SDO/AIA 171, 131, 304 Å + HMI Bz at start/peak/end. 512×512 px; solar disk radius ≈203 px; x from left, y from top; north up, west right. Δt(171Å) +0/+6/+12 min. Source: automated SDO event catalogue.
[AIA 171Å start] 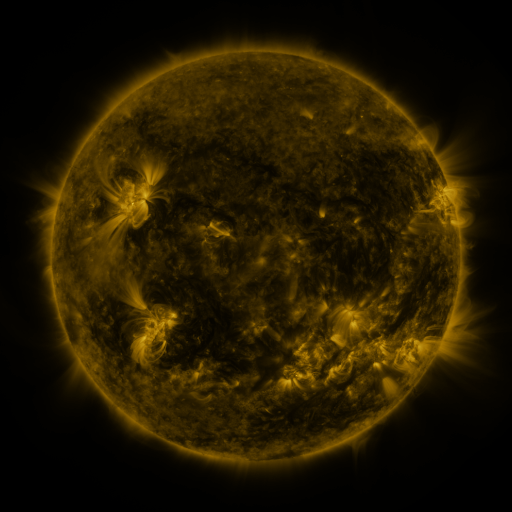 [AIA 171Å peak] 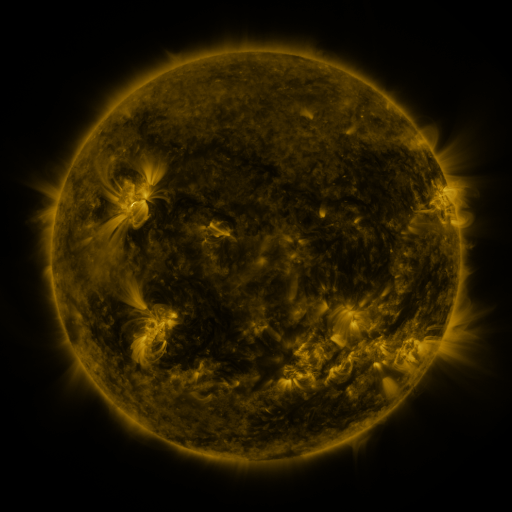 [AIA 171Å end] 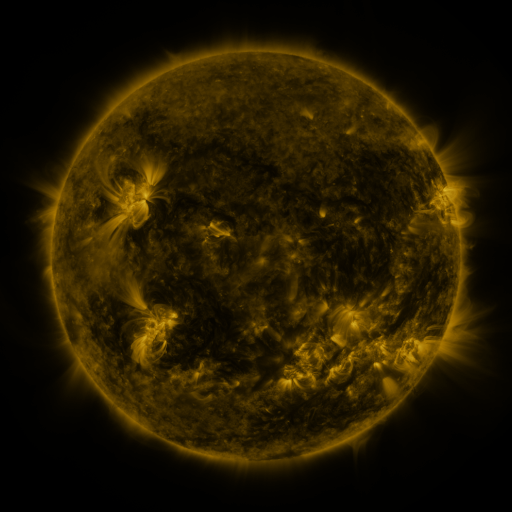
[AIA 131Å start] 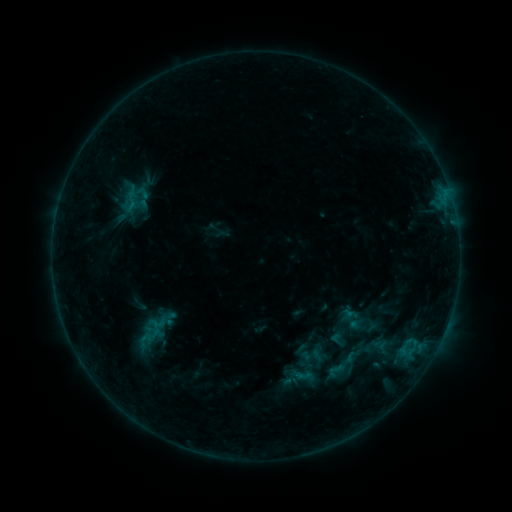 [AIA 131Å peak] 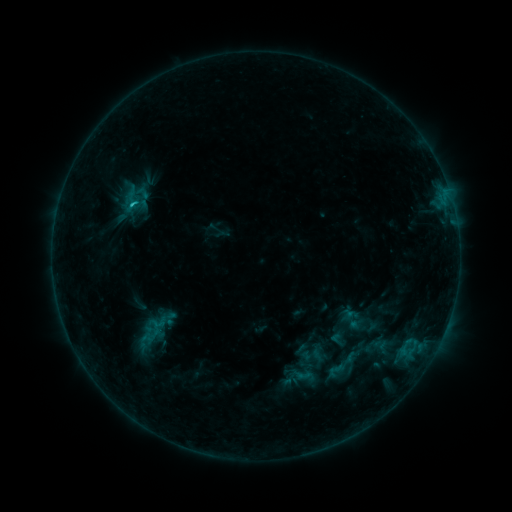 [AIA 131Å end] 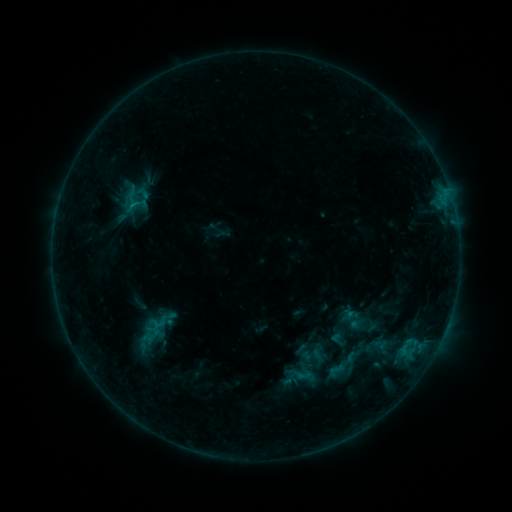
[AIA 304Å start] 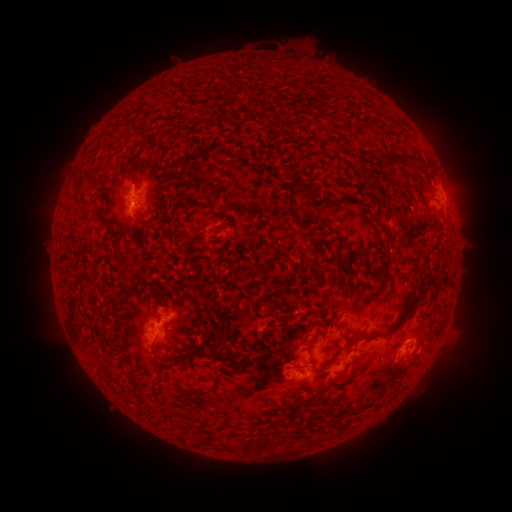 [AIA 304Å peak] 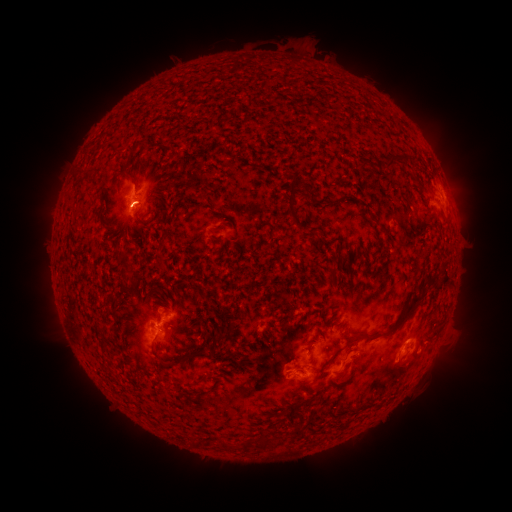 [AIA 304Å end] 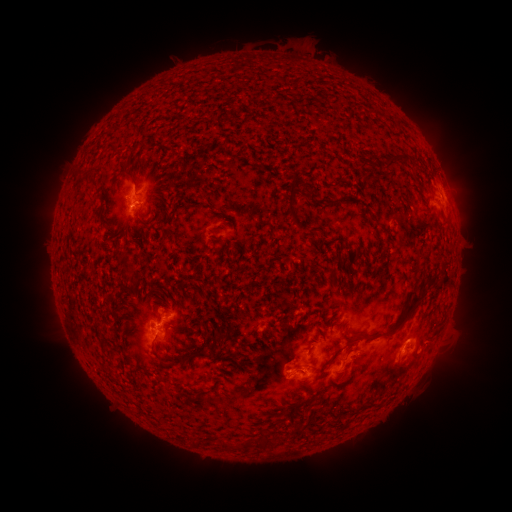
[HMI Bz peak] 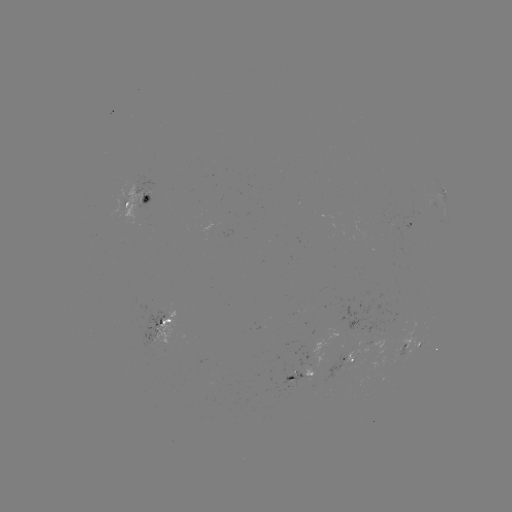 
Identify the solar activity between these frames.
B8.8 flare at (134, 206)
